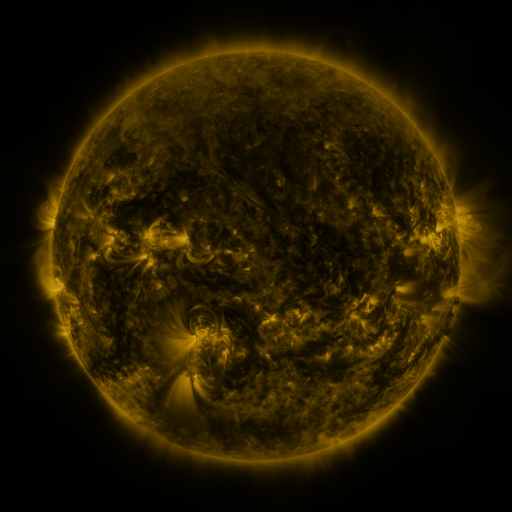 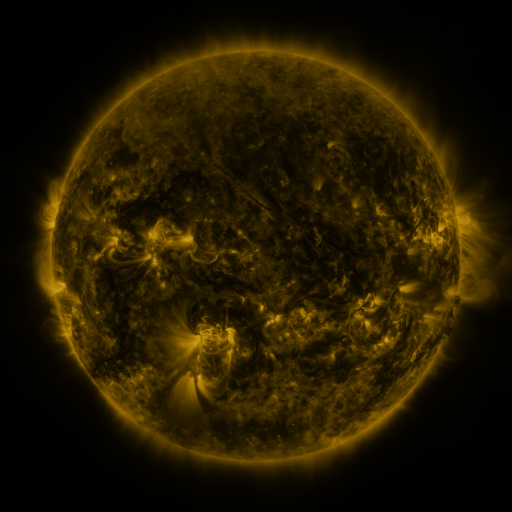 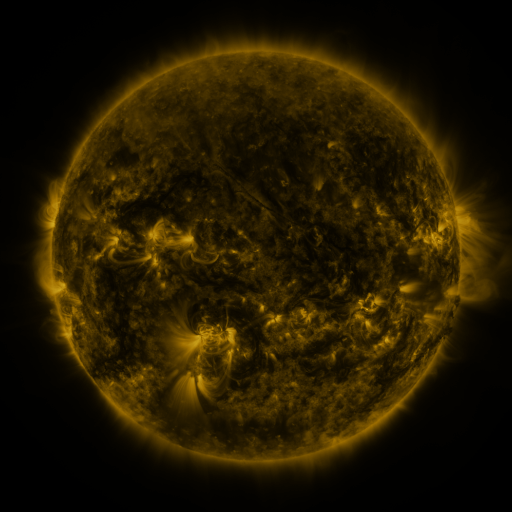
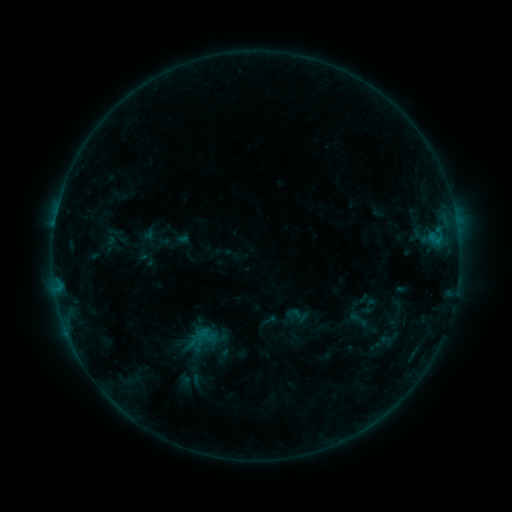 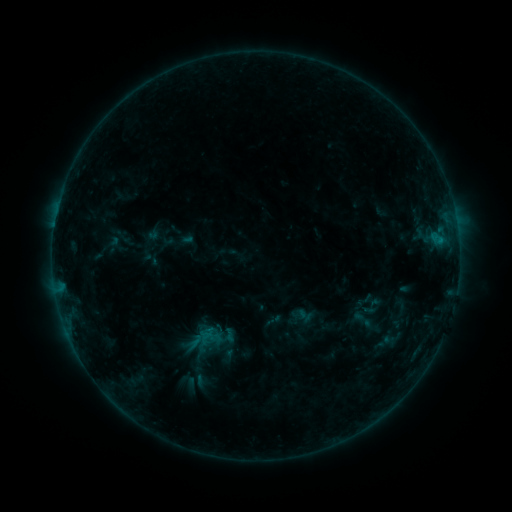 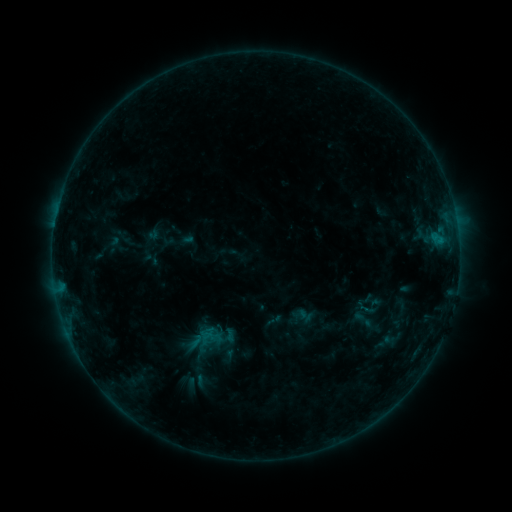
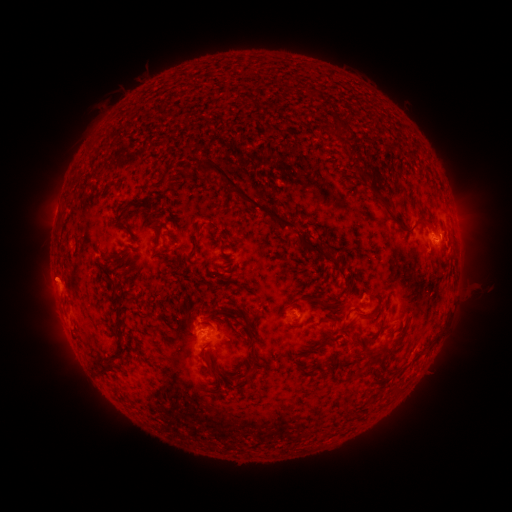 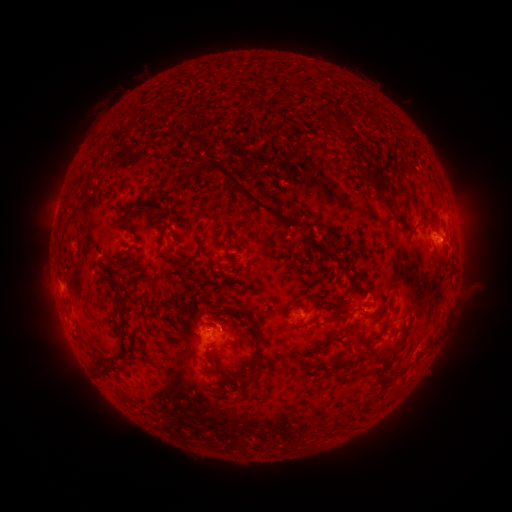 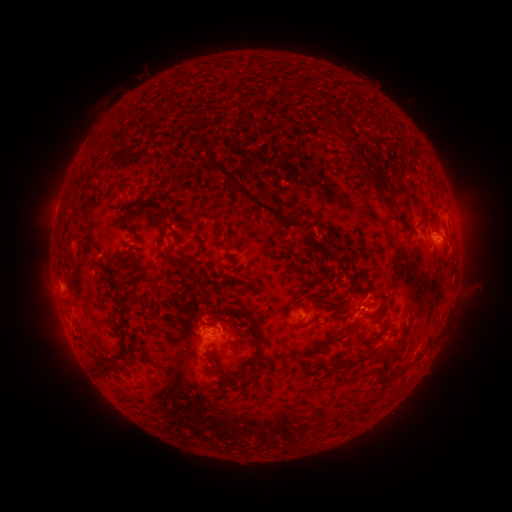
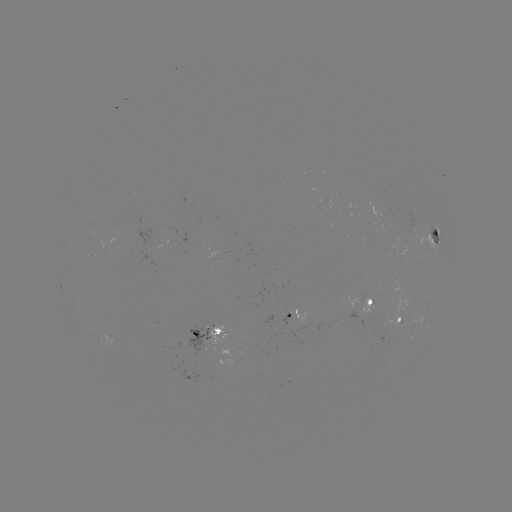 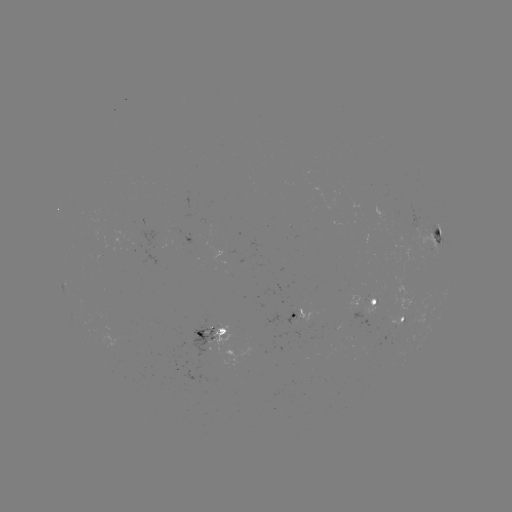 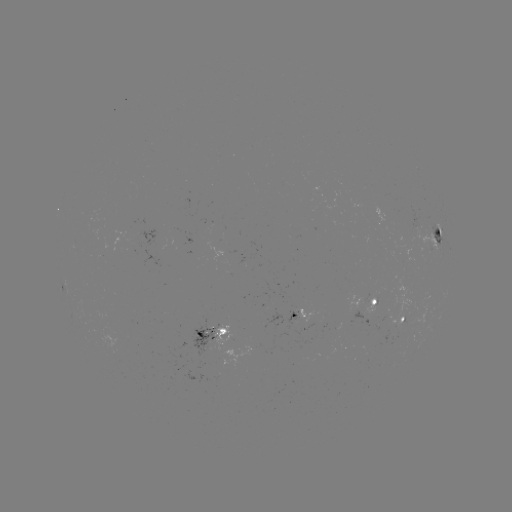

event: emerging-flux region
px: (304, 321)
